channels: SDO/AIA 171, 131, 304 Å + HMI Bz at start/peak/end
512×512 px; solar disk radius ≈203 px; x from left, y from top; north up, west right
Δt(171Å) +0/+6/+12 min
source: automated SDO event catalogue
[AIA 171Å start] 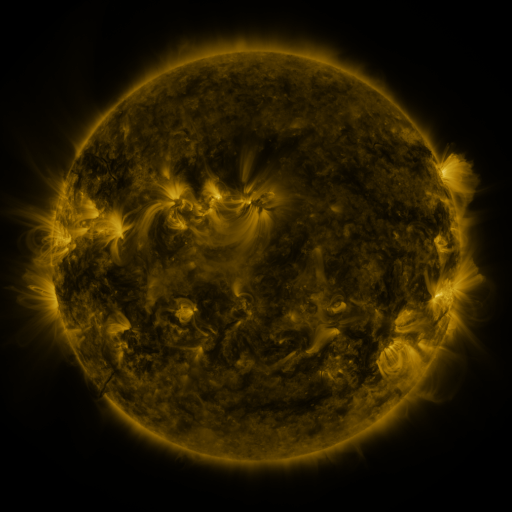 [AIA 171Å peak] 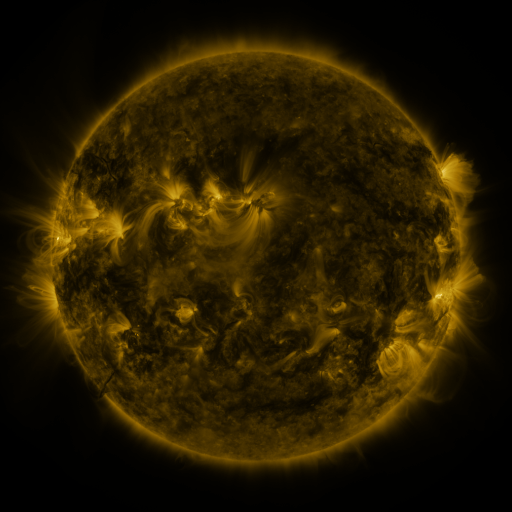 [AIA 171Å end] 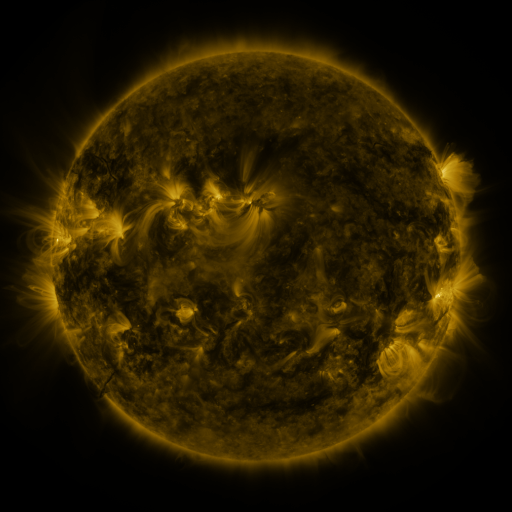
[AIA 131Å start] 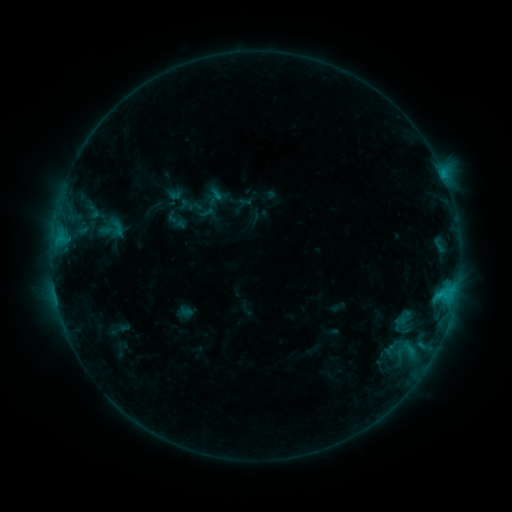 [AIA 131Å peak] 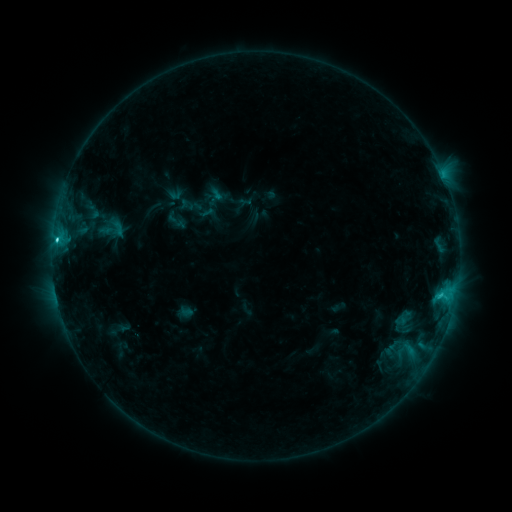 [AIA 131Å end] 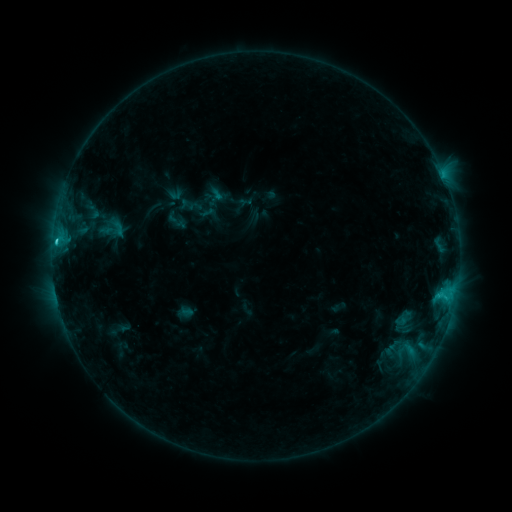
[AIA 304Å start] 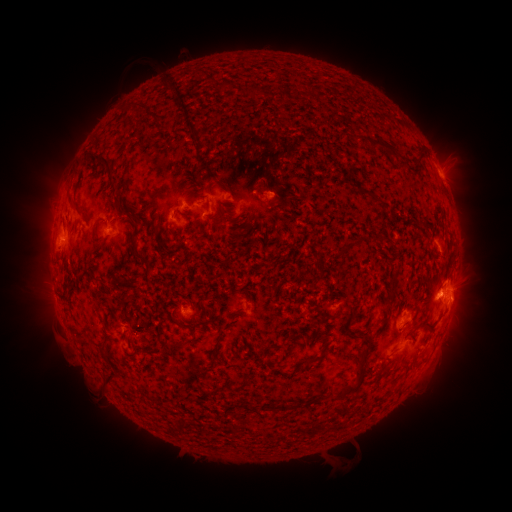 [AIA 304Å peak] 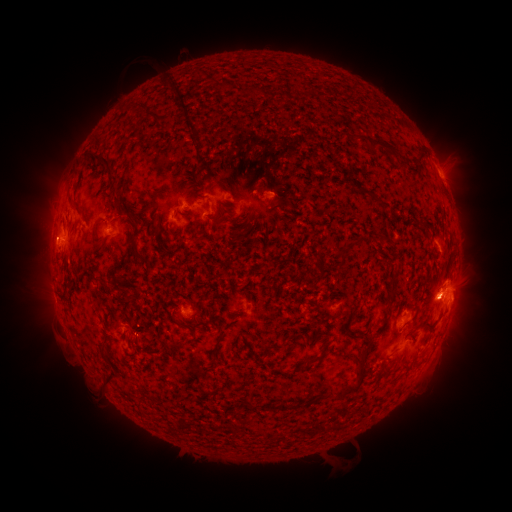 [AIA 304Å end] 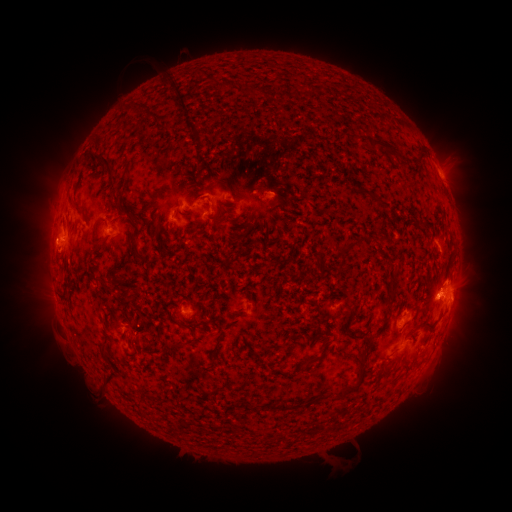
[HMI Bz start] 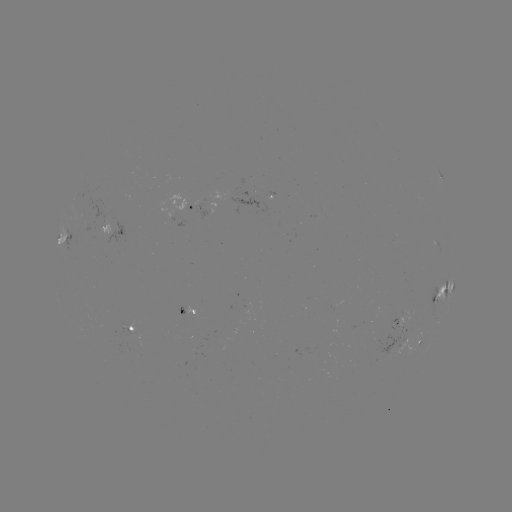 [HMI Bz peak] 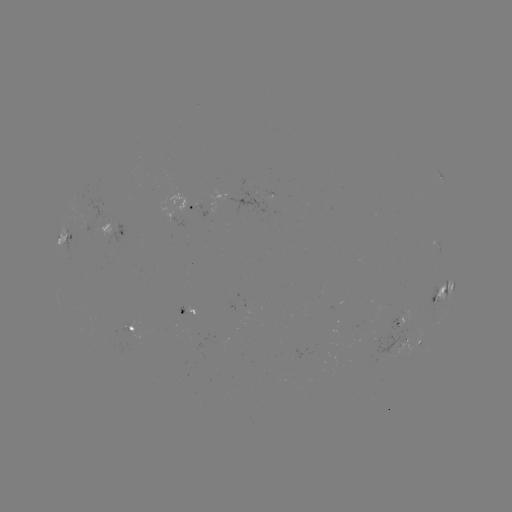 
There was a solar flare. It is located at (57, 242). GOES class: C3.3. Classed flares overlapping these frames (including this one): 1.